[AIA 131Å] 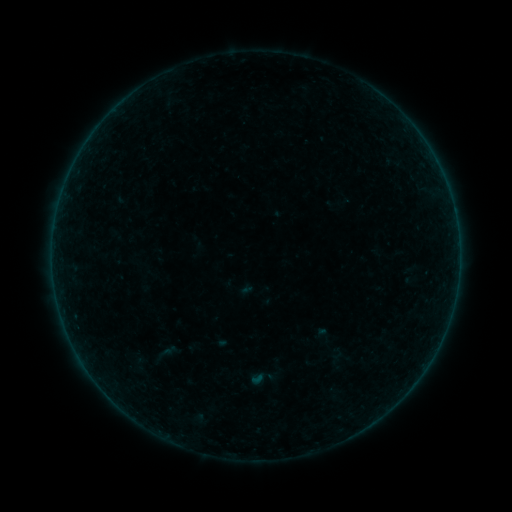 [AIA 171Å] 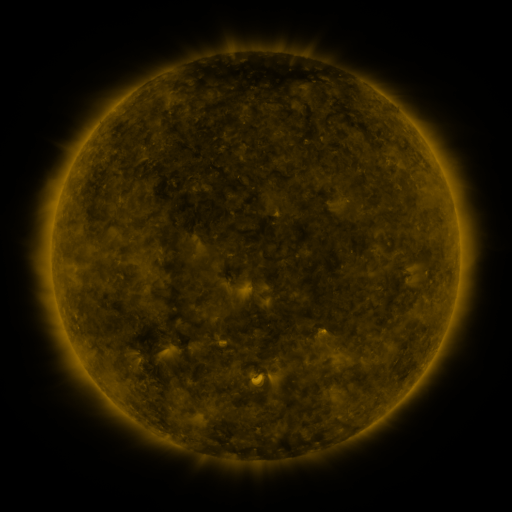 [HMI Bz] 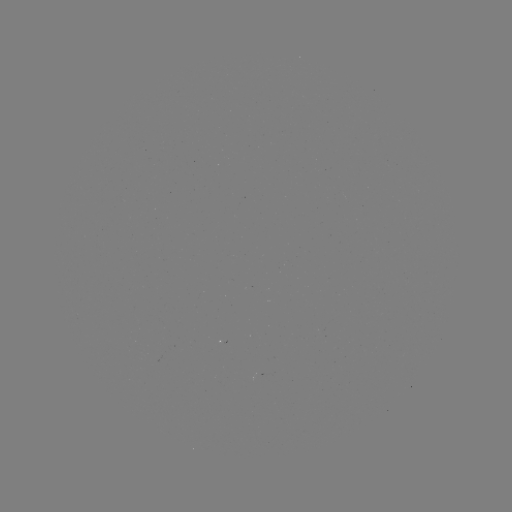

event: sigmoid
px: (160, 356)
